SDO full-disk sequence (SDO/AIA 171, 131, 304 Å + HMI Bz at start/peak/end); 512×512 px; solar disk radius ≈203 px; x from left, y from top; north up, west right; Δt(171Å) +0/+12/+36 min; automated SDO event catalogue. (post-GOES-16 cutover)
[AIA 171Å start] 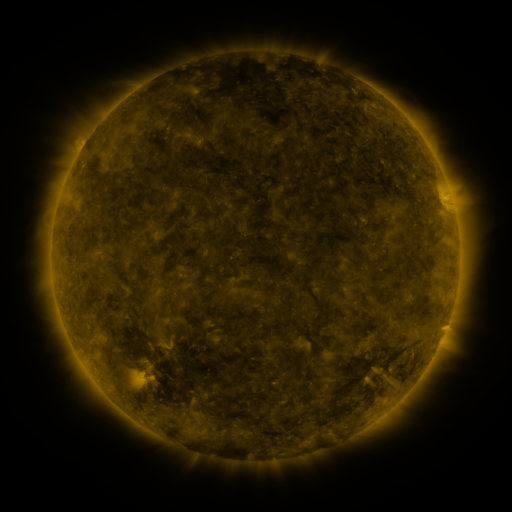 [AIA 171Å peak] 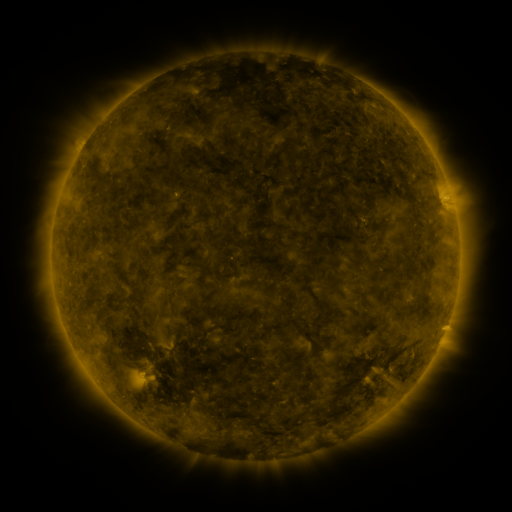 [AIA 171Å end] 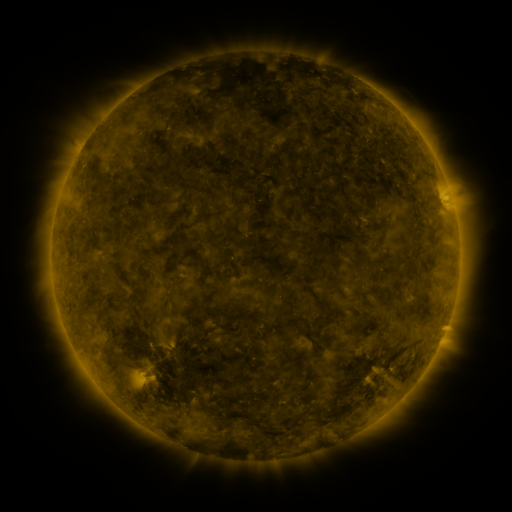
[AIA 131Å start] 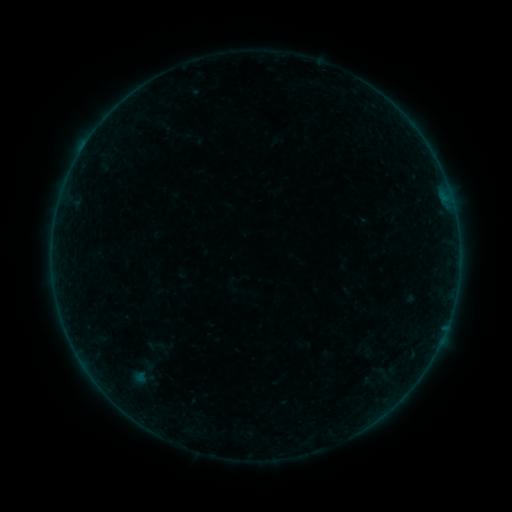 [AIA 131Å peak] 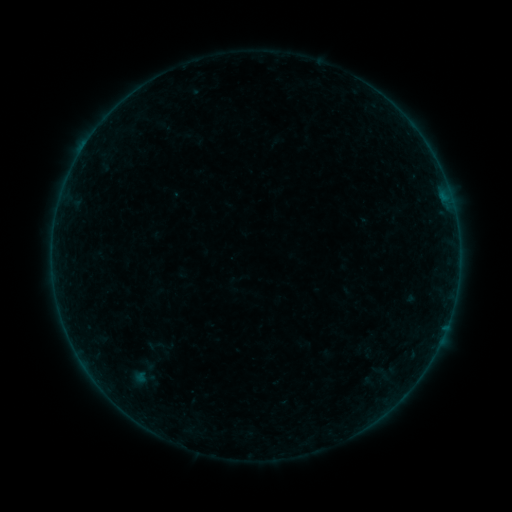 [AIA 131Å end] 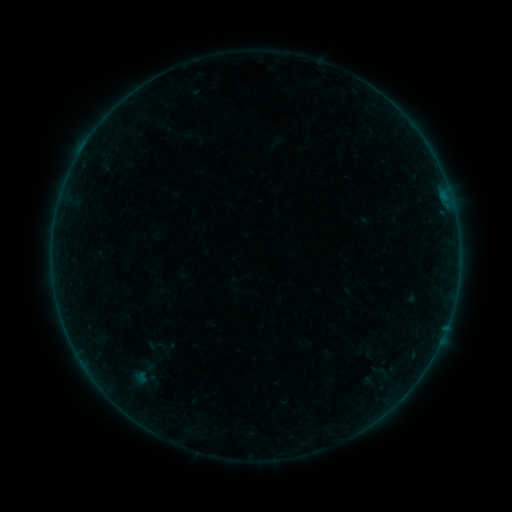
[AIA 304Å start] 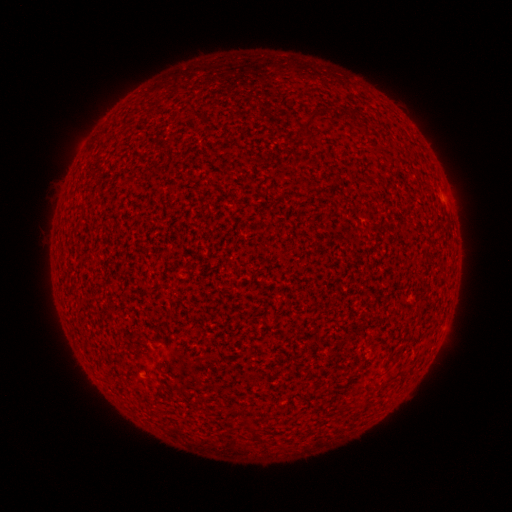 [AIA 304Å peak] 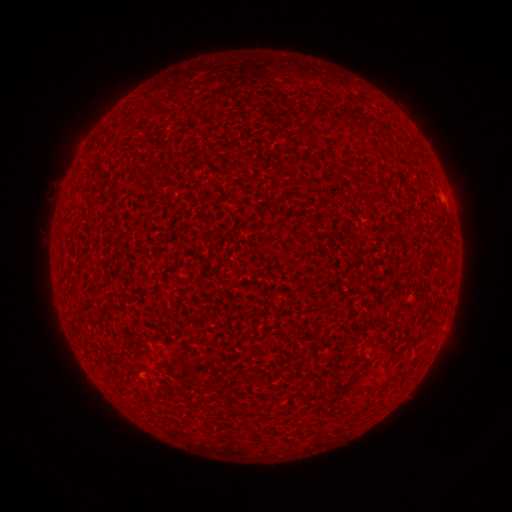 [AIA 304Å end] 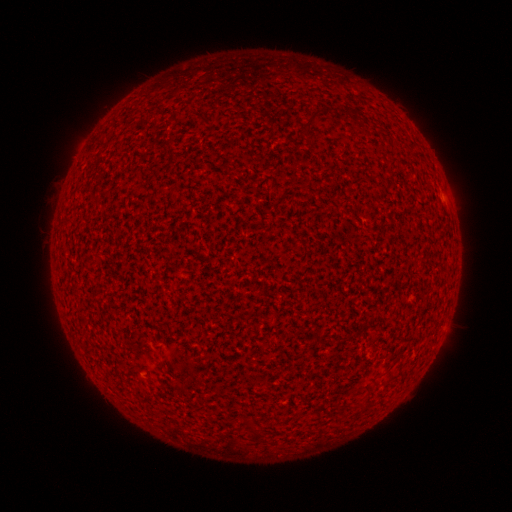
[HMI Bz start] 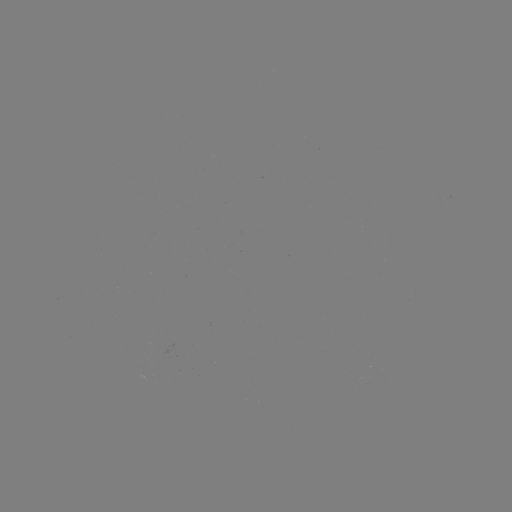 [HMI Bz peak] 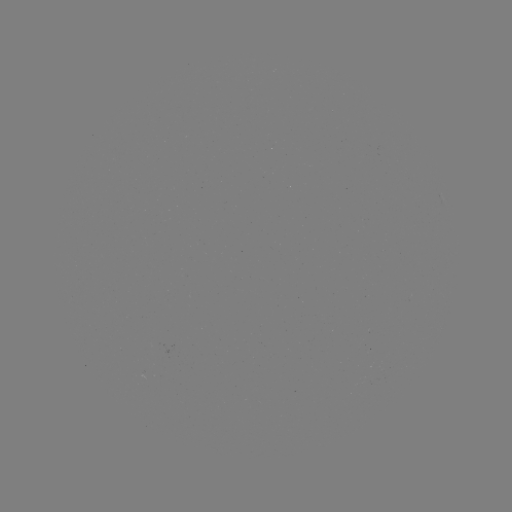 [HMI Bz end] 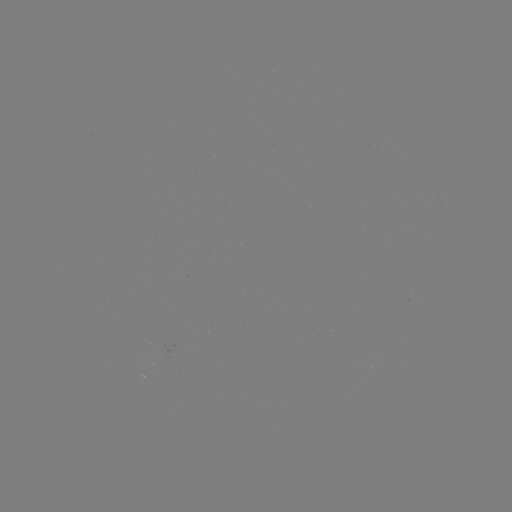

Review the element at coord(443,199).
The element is A4.0 flare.